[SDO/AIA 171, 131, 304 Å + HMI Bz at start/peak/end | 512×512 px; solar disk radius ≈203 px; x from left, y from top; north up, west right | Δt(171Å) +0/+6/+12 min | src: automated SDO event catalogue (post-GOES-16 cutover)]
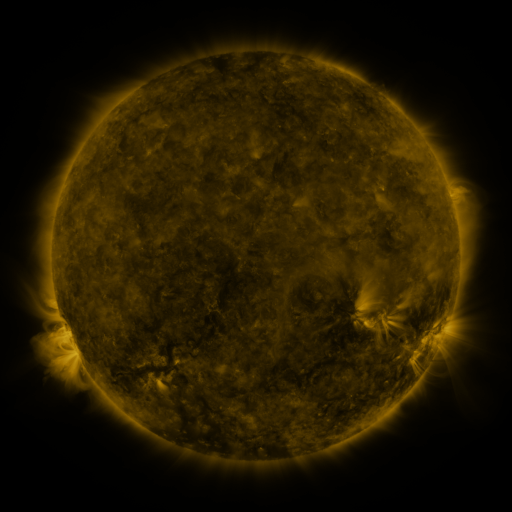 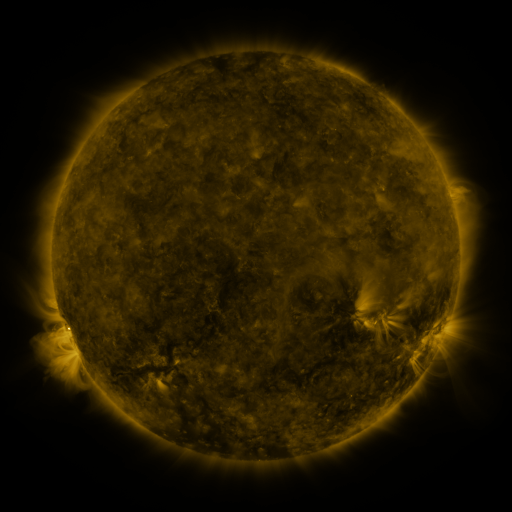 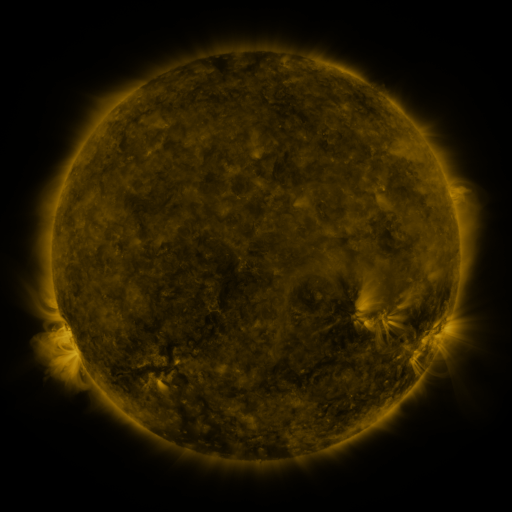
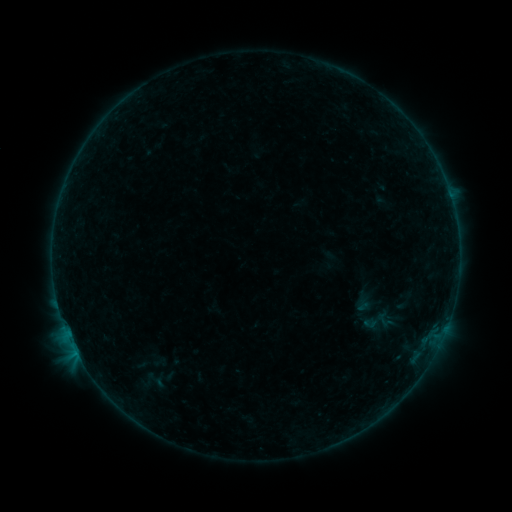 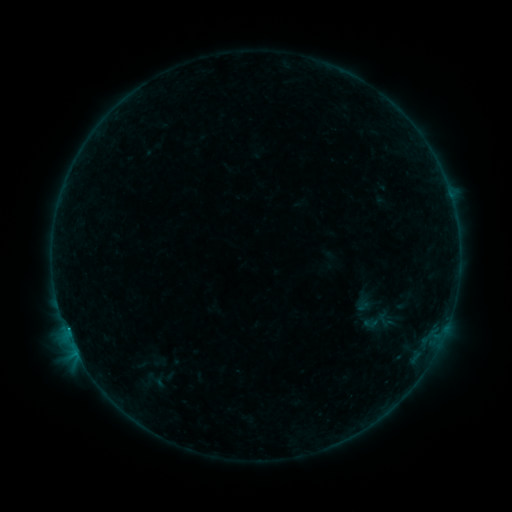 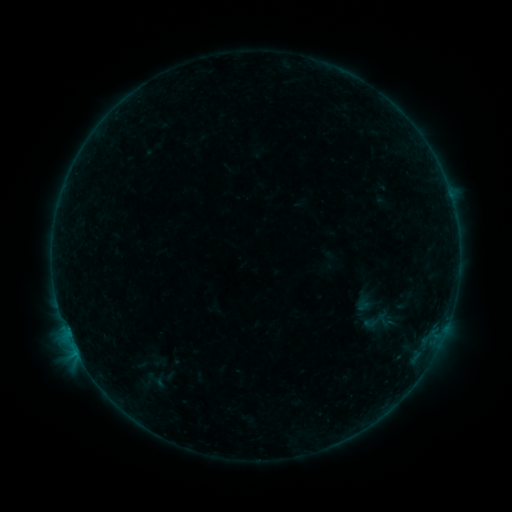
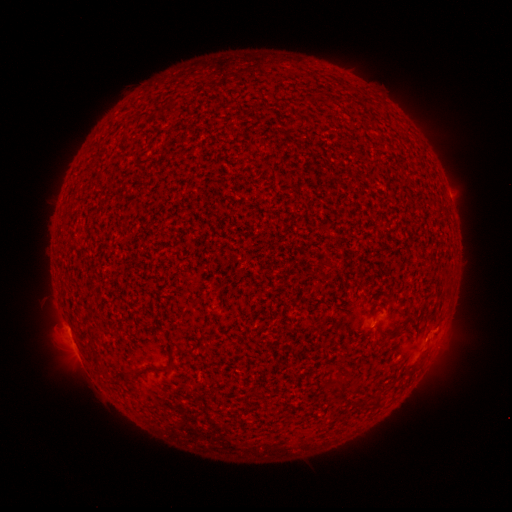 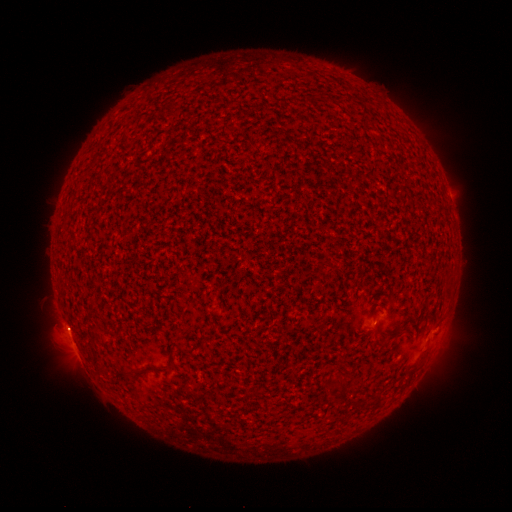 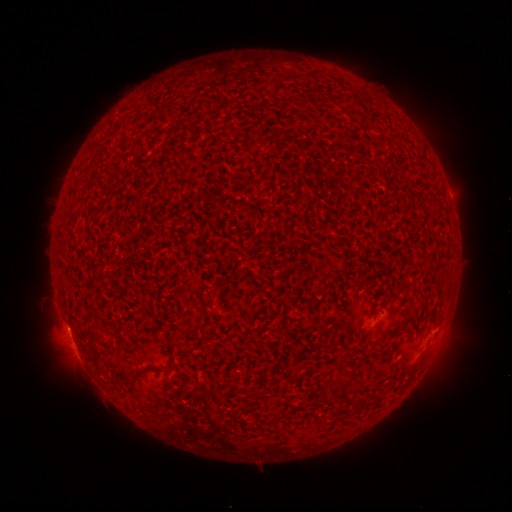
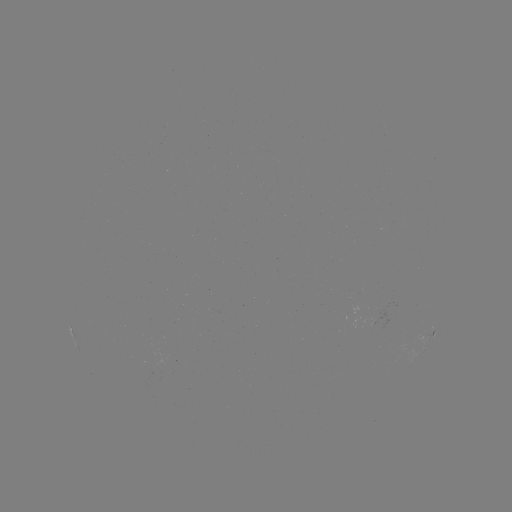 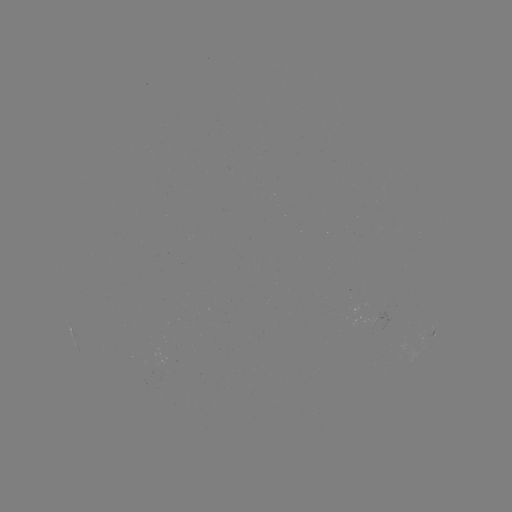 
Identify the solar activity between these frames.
B1.2 flare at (69, 328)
